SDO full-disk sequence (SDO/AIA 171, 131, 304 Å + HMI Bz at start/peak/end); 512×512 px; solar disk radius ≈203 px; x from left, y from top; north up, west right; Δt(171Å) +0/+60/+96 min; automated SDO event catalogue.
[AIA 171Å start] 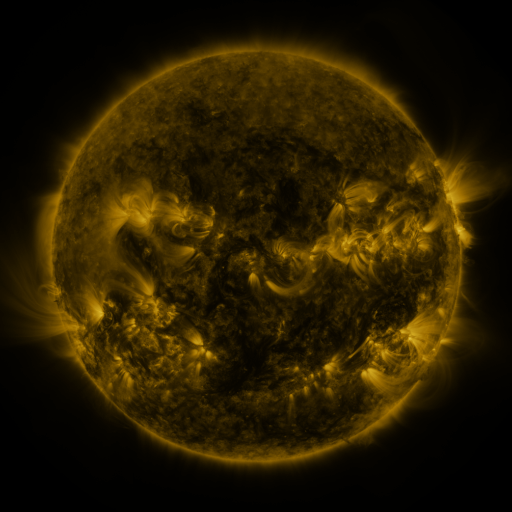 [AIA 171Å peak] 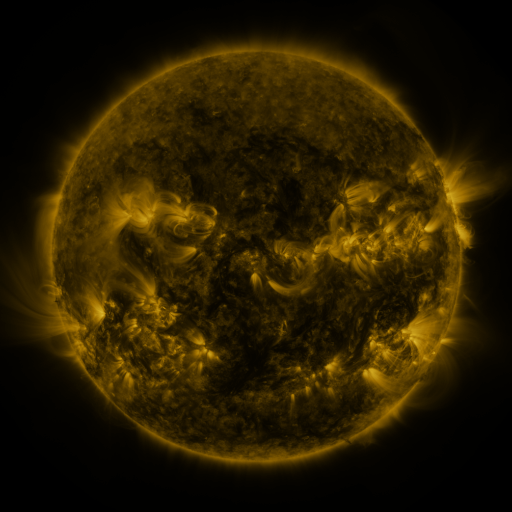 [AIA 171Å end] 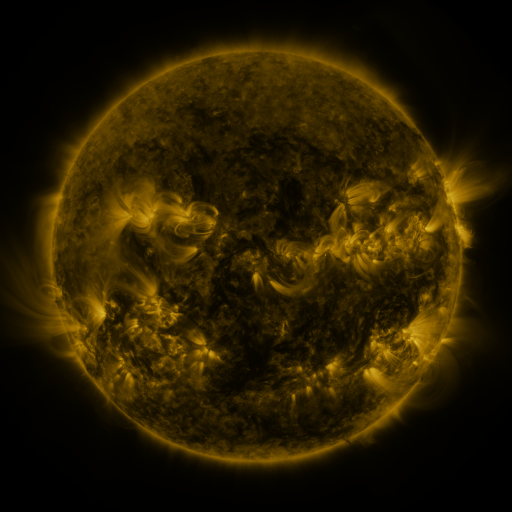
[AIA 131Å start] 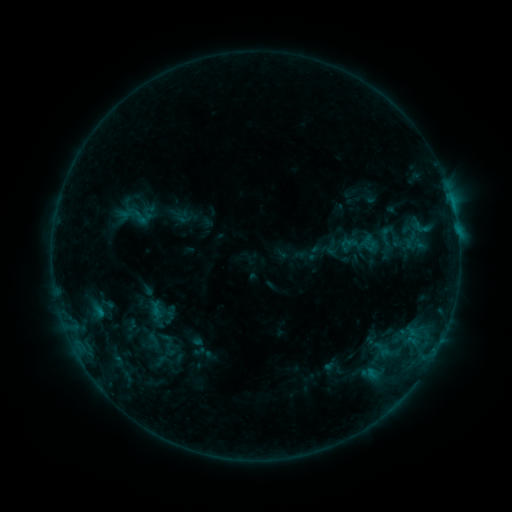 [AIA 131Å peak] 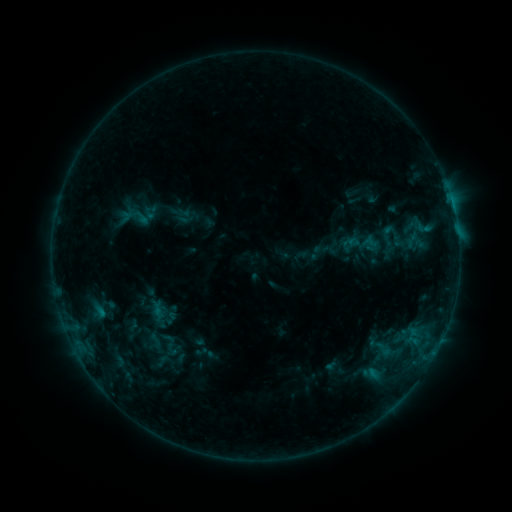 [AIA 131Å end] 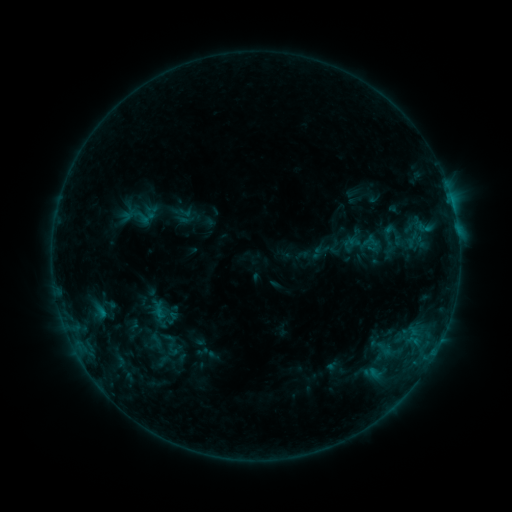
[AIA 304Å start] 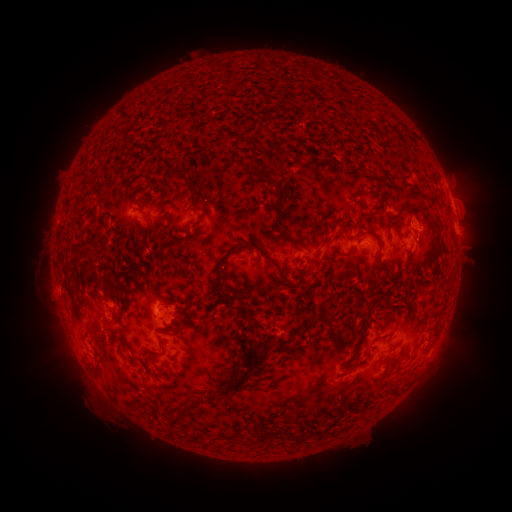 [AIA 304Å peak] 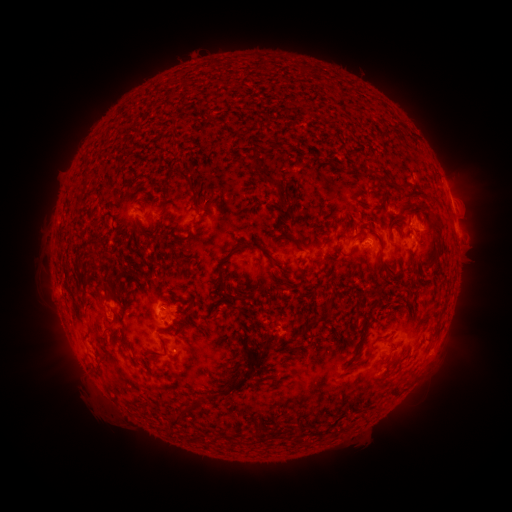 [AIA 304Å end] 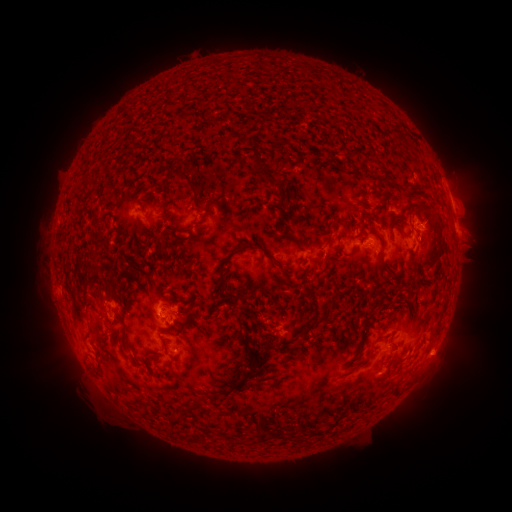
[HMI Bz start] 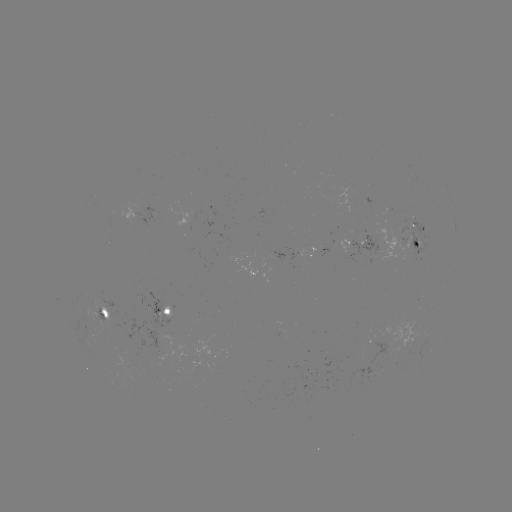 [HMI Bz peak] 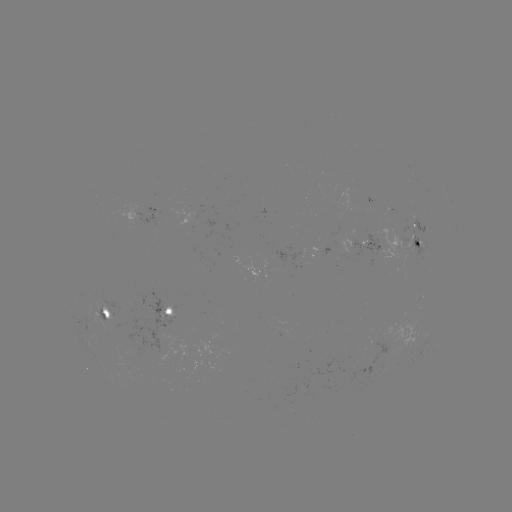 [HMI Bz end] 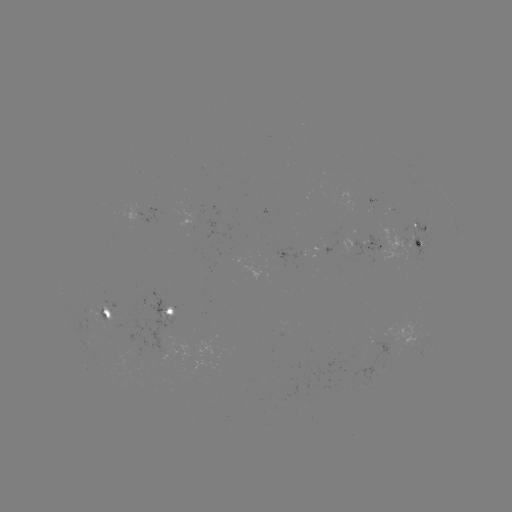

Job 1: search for emerging-flux region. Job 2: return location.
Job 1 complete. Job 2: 348,249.